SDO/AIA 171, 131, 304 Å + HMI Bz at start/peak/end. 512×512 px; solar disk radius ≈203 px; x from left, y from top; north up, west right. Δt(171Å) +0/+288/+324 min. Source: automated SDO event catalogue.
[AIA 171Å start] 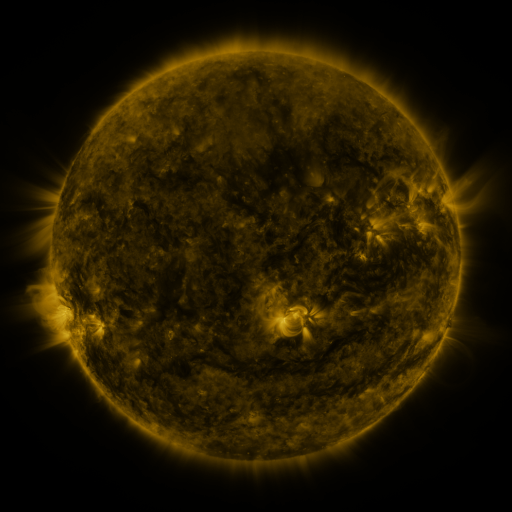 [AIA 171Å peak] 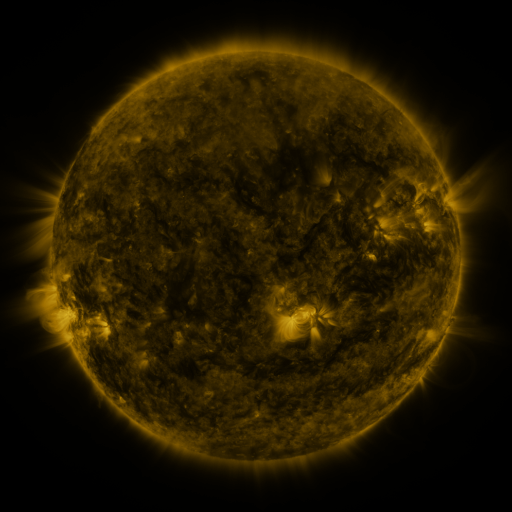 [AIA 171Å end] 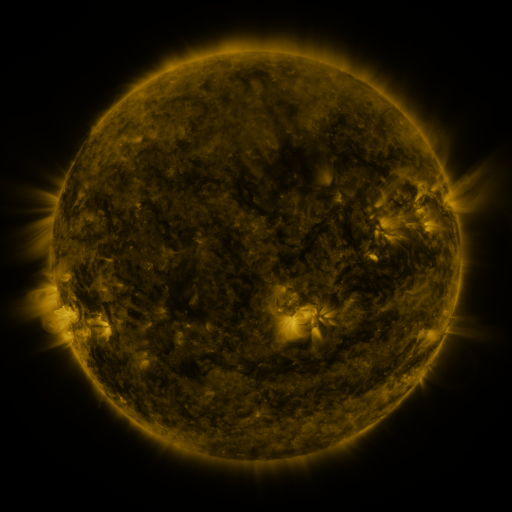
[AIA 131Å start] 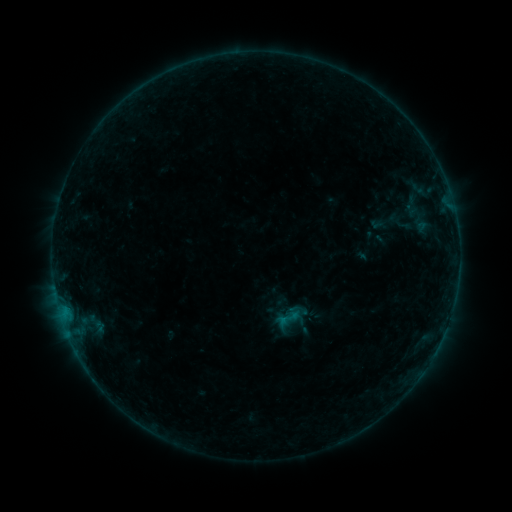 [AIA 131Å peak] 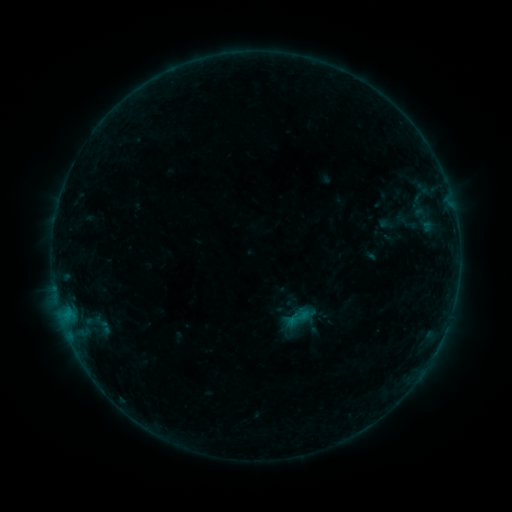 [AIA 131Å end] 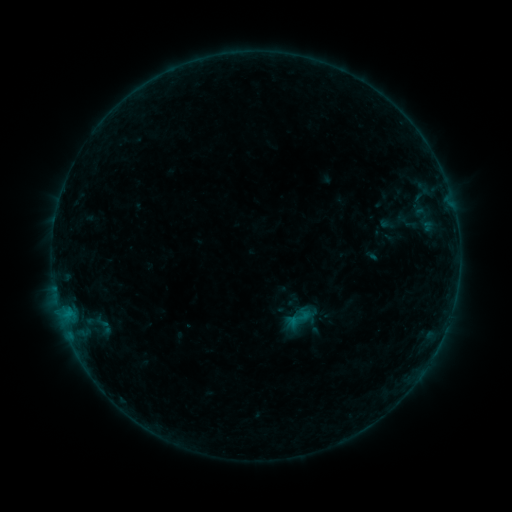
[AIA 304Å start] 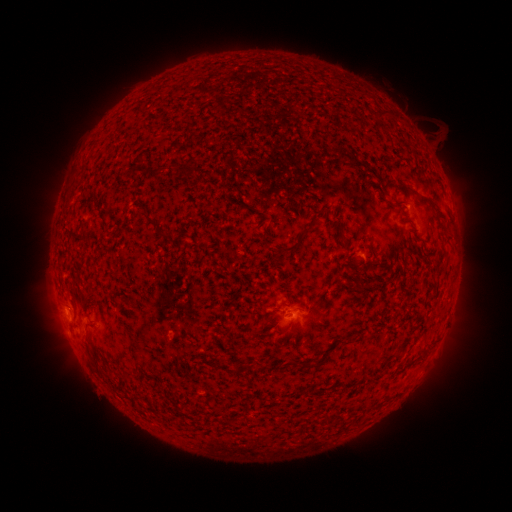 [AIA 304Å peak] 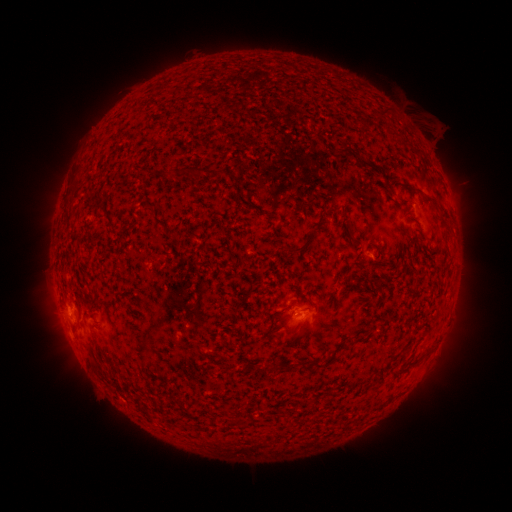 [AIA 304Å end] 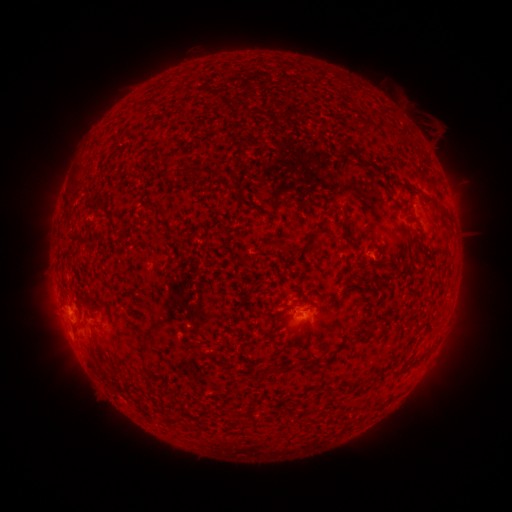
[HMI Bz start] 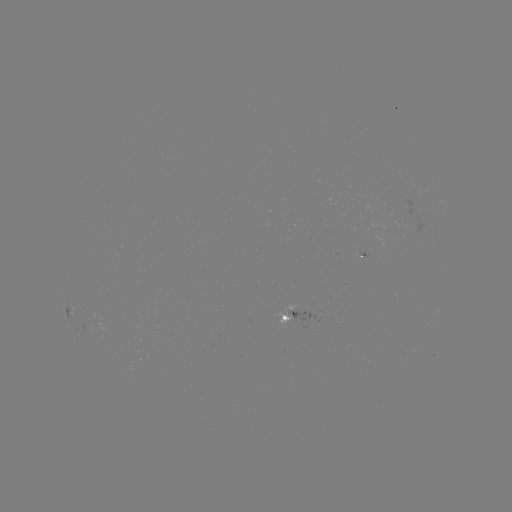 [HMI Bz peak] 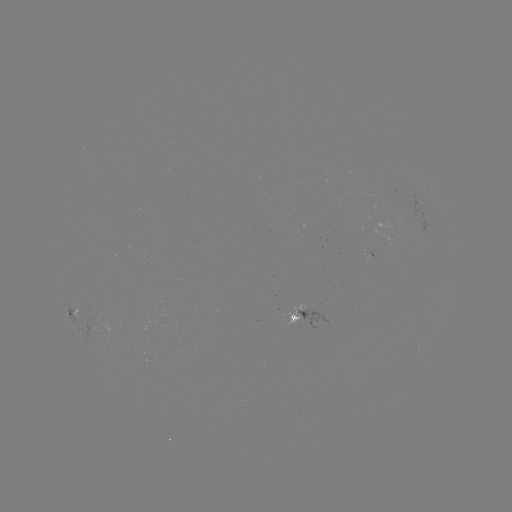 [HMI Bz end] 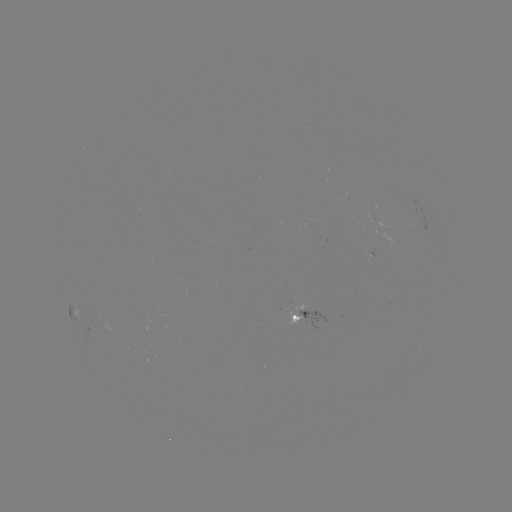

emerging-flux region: (283, 304, 305, 330)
